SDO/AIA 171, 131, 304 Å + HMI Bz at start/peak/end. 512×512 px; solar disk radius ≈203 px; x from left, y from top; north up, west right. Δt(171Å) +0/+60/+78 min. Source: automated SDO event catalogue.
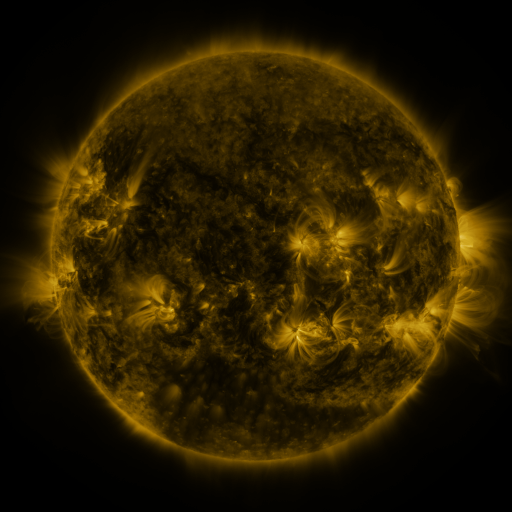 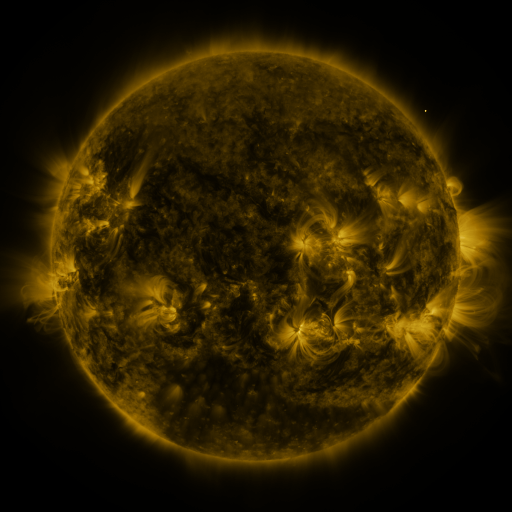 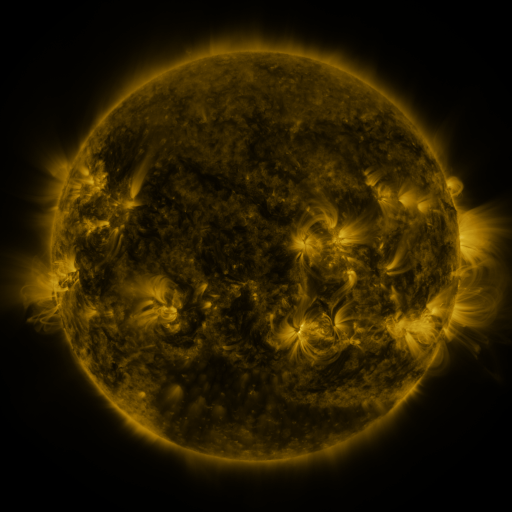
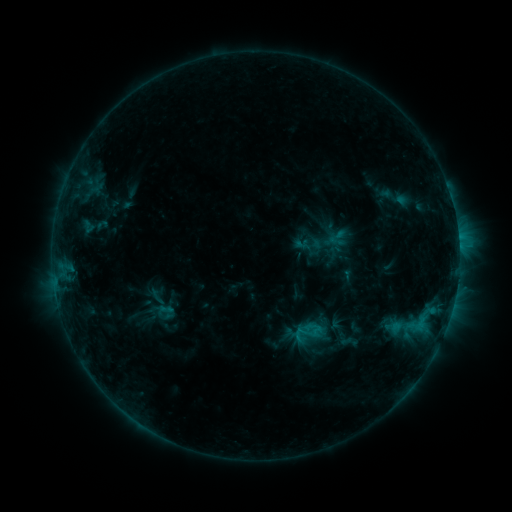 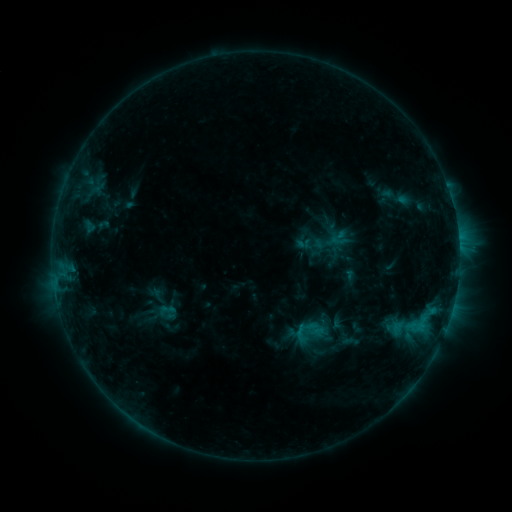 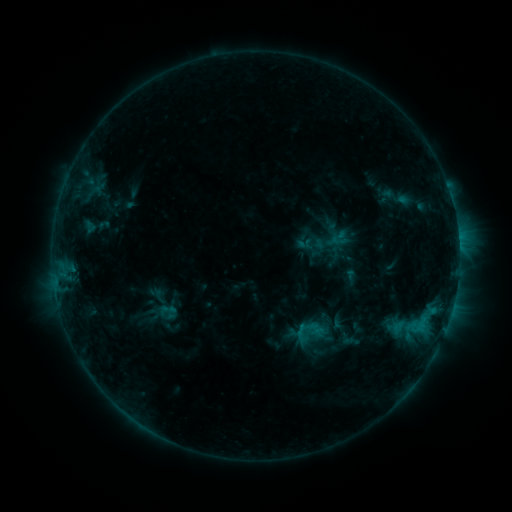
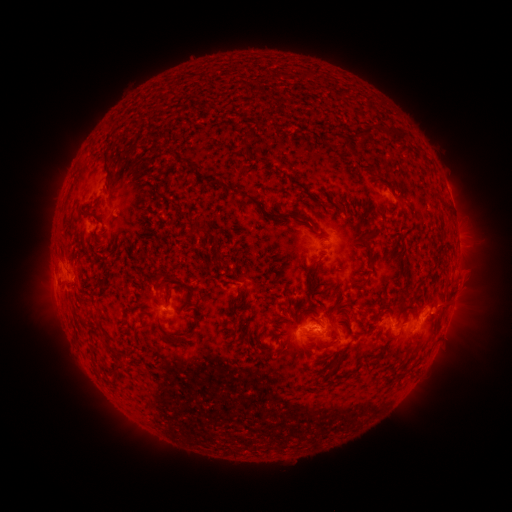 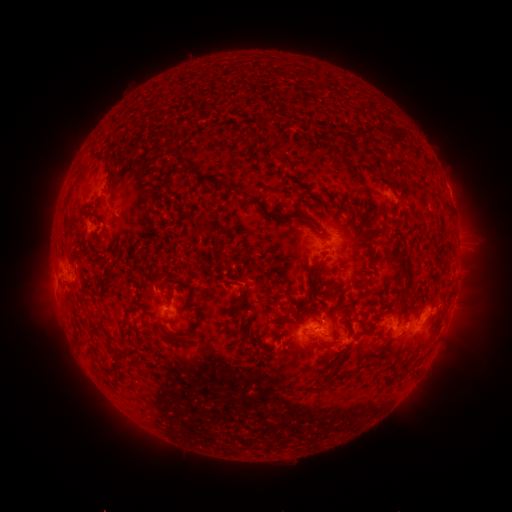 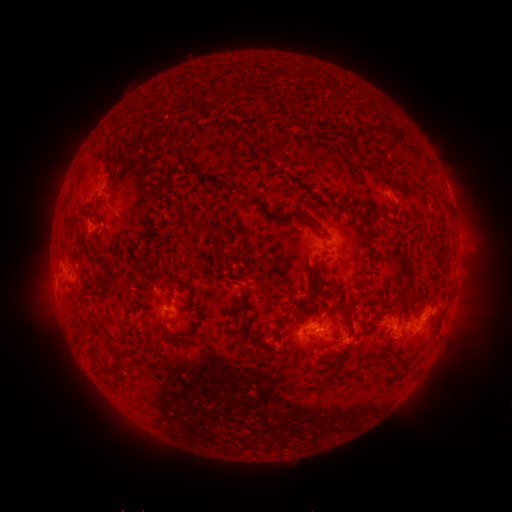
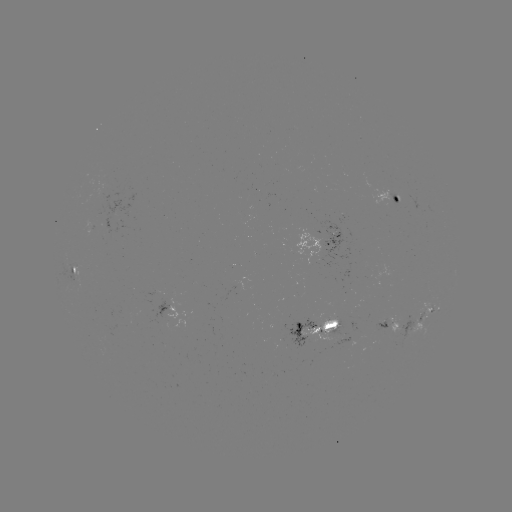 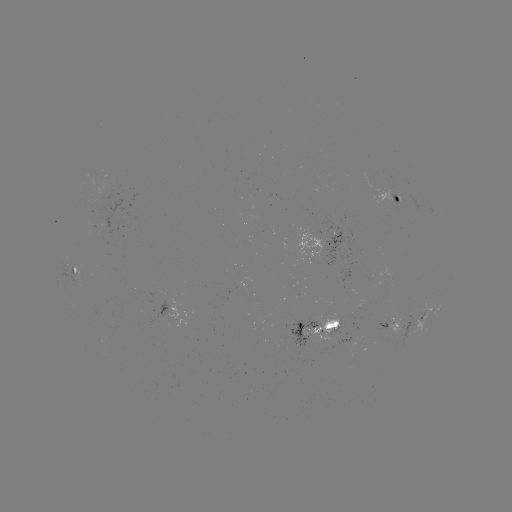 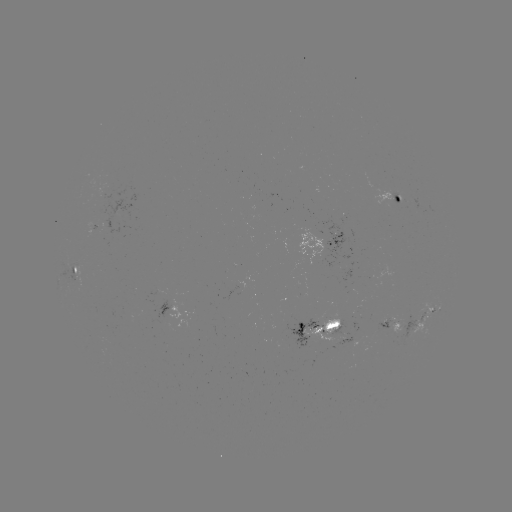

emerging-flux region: <bbox>304, 317, 339, 340</bbox>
